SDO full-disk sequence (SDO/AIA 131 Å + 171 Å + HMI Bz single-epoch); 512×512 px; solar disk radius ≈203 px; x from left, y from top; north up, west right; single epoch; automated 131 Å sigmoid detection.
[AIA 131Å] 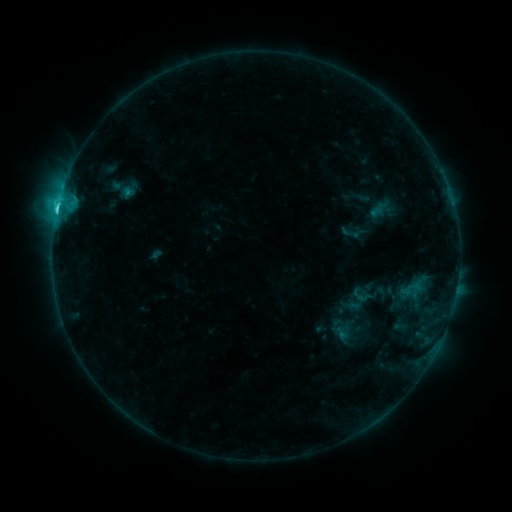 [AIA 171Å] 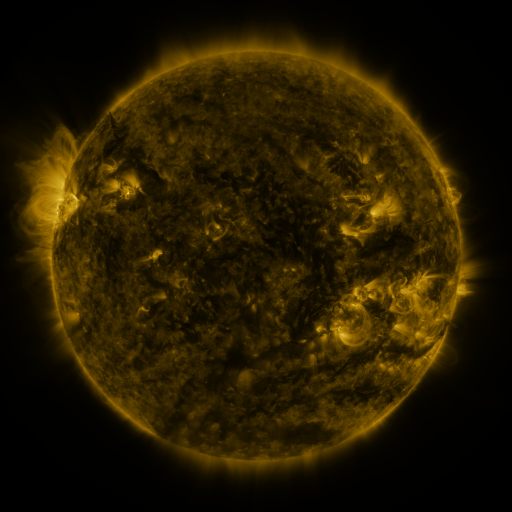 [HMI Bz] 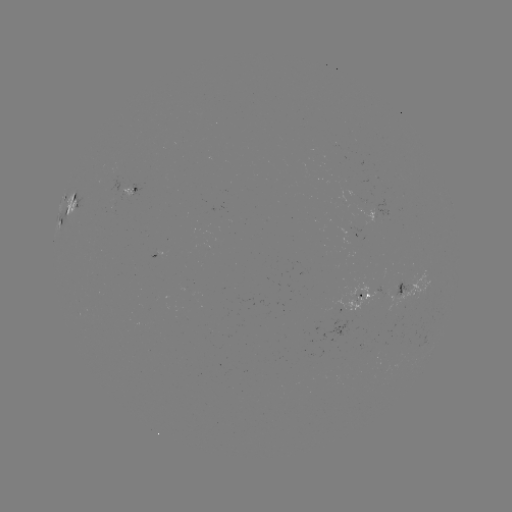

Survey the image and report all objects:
sigmoid: (350, 233)
